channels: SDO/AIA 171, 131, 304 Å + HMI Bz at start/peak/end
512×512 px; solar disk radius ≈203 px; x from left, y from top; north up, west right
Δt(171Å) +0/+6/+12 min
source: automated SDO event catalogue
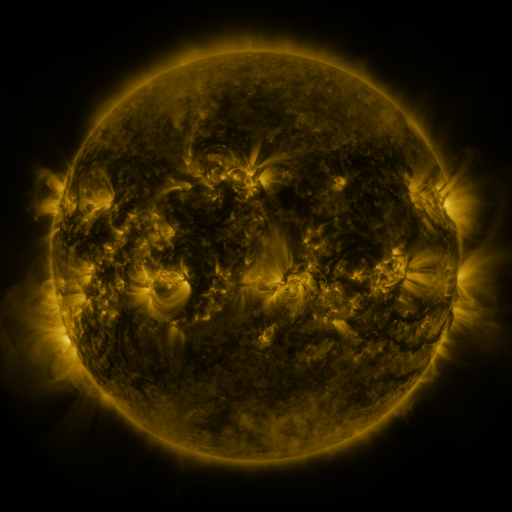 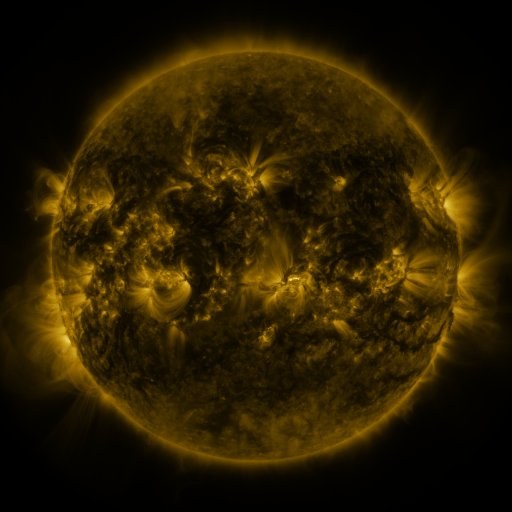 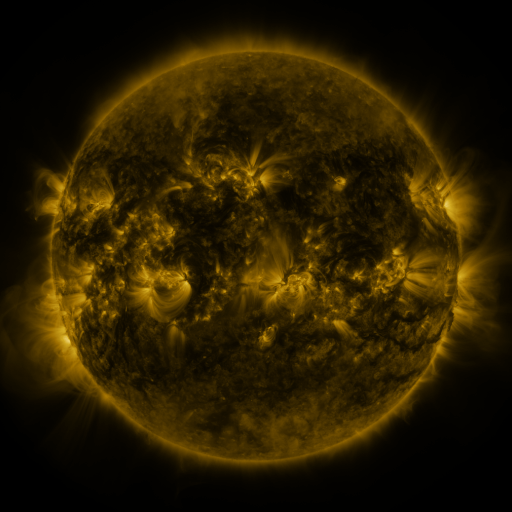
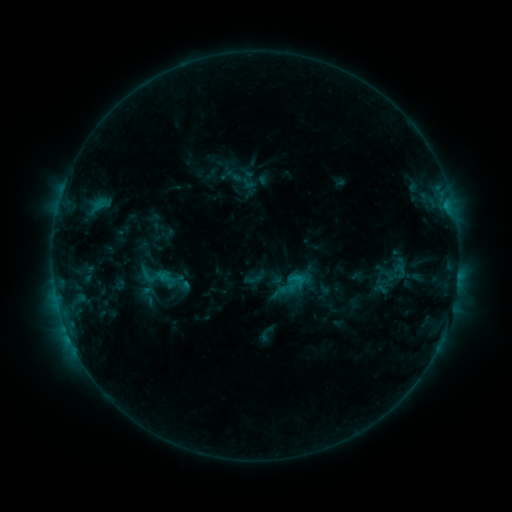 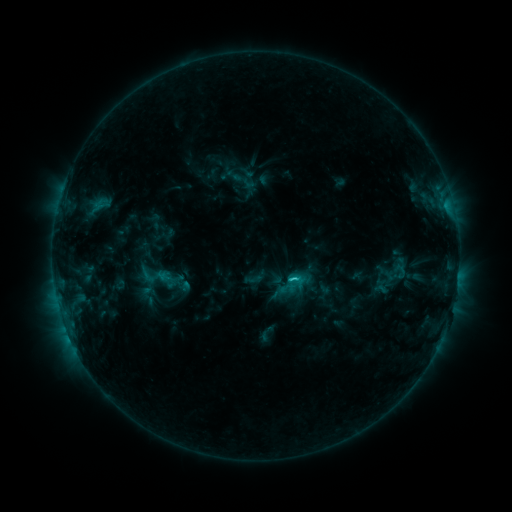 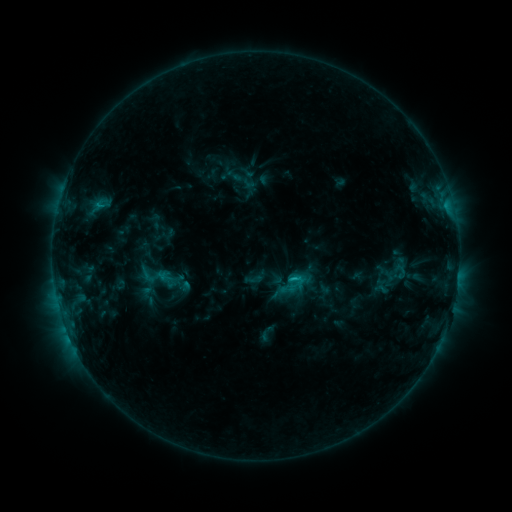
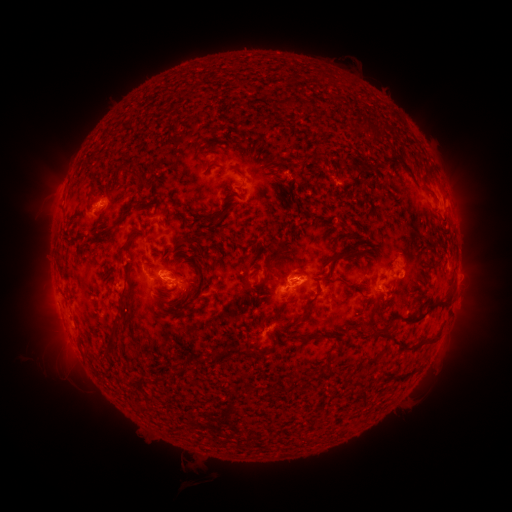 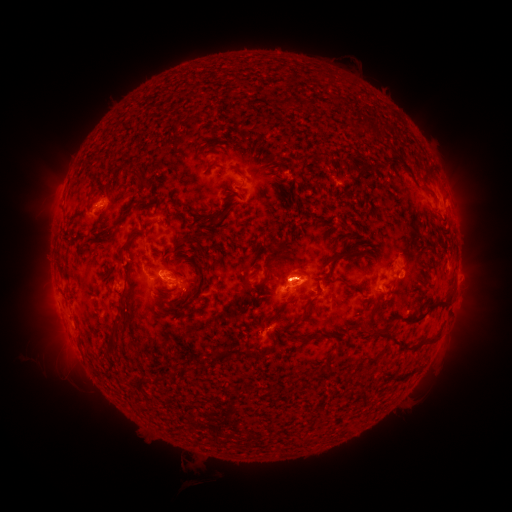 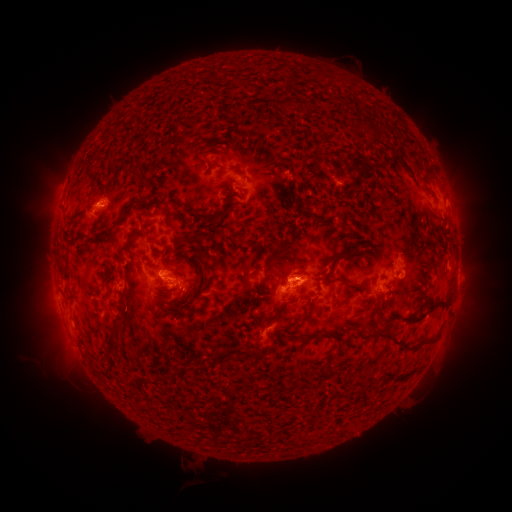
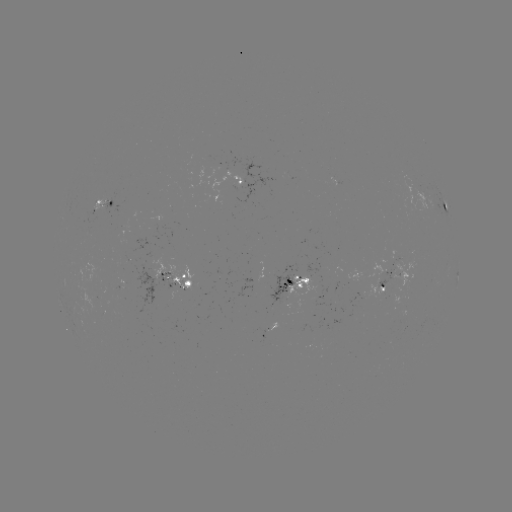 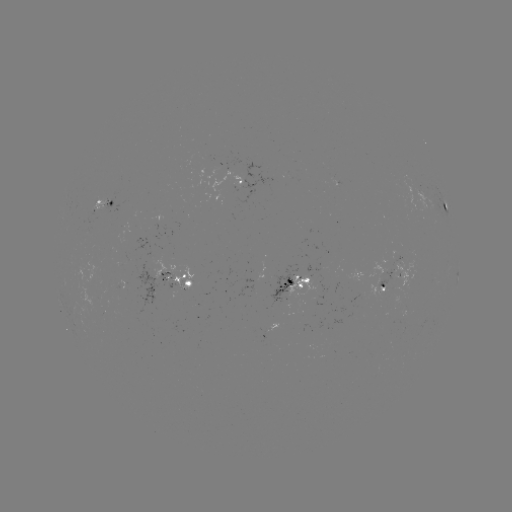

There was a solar flare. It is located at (293, 278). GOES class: C1.5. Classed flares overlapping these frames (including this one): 1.